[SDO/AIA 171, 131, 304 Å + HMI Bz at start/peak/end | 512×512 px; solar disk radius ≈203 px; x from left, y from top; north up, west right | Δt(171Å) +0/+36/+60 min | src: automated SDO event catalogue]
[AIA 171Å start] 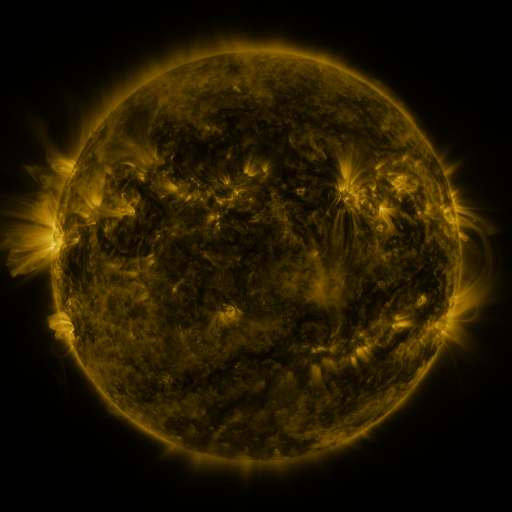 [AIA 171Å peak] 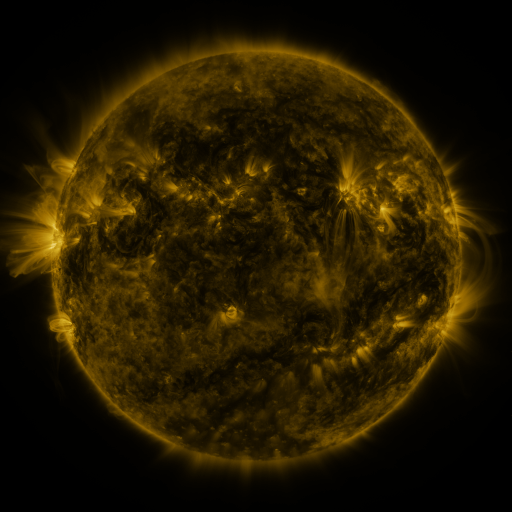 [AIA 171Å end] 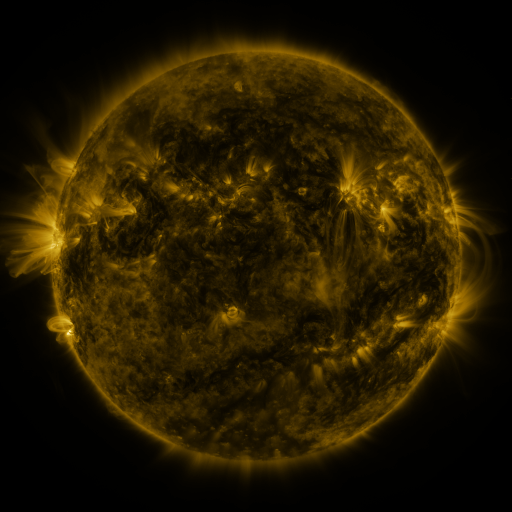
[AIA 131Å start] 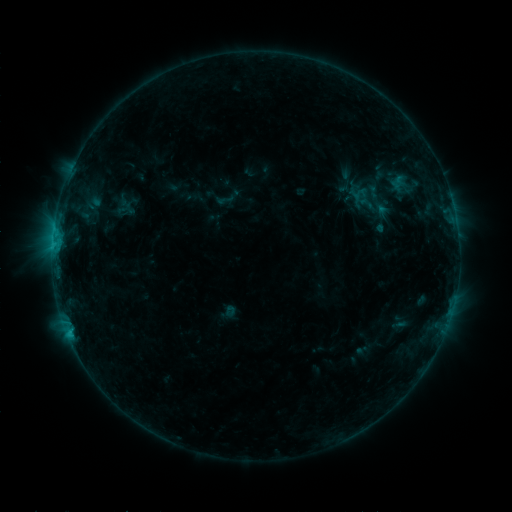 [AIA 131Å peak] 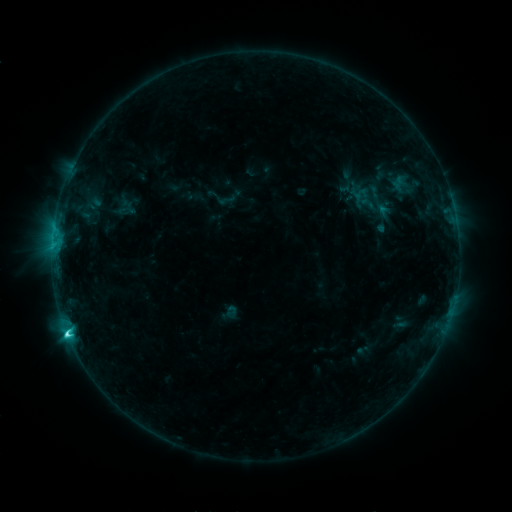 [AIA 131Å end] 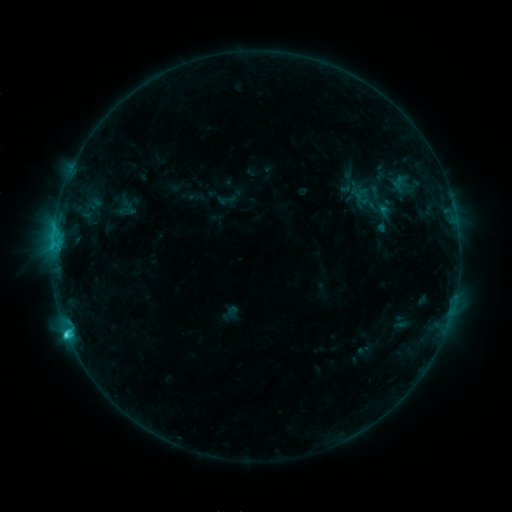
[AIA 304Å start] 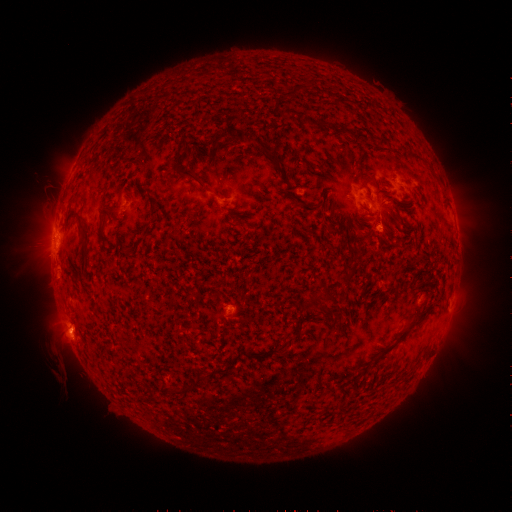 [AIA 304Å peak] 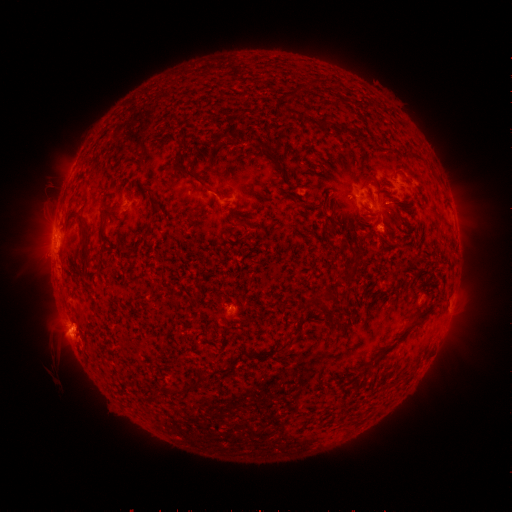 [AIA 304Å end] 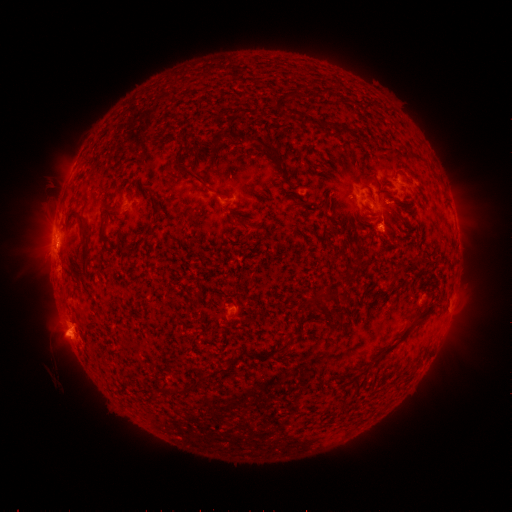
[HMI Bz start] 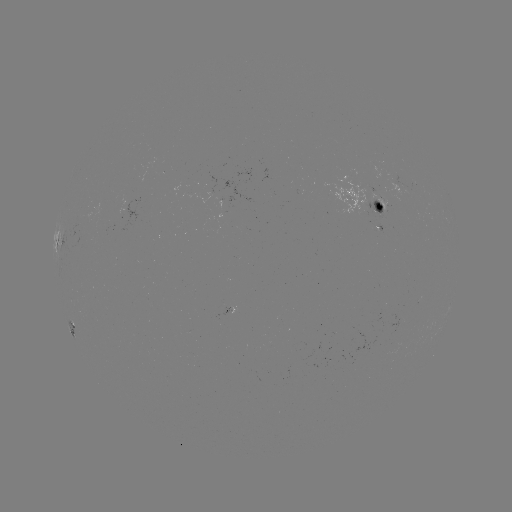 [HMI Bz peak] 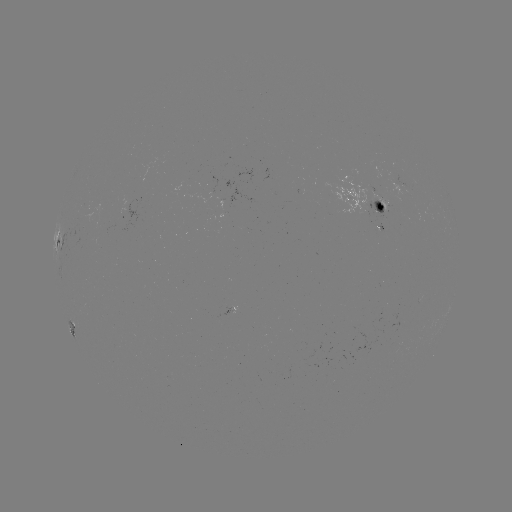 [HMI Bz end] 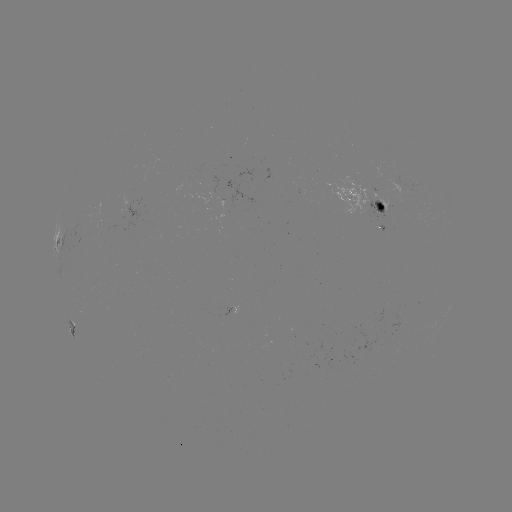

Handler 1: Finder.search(C3.3 flare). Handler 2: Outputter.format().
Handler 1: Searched C3.3 flare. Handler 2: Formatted [69, 331].